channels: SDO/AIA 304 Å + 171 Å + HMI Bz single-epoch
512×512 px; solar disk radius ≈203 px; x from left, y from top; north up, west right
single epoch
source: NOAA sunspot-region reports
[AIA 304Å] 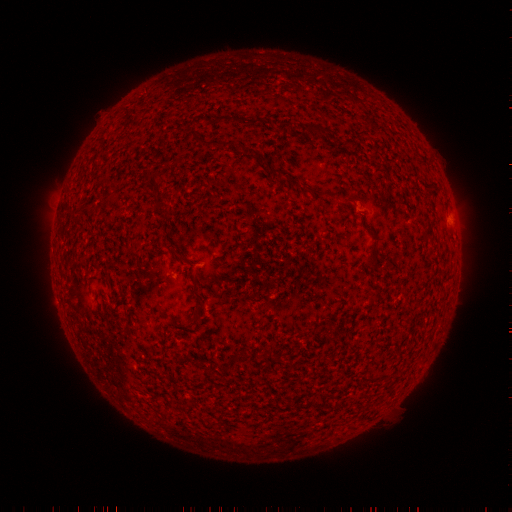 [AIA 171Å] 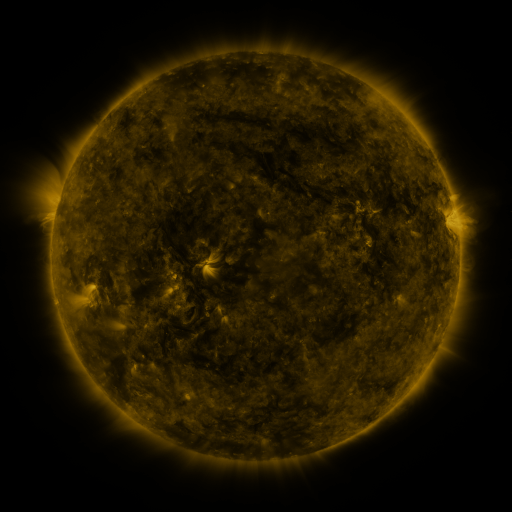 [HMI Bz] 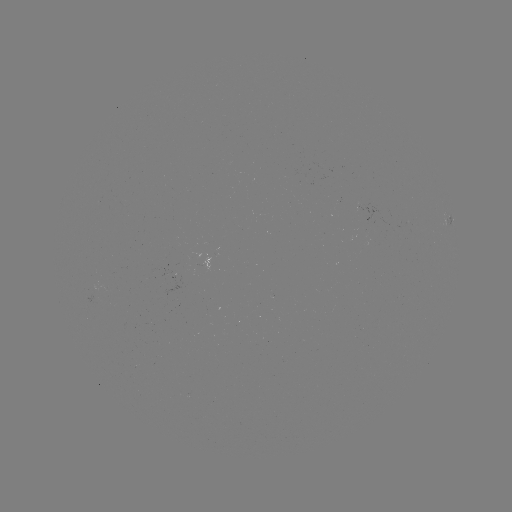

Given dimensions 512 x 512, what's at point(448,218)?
spotted active region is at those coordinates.